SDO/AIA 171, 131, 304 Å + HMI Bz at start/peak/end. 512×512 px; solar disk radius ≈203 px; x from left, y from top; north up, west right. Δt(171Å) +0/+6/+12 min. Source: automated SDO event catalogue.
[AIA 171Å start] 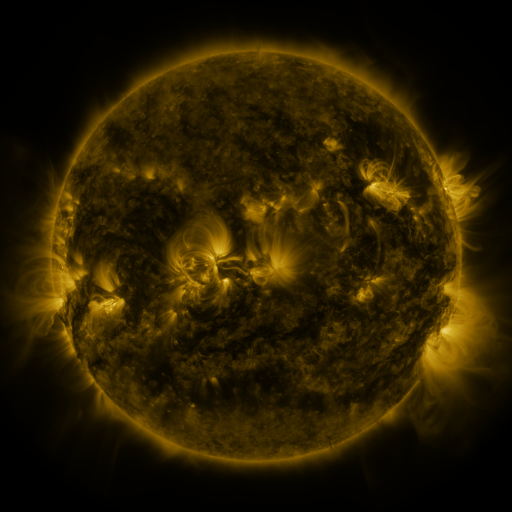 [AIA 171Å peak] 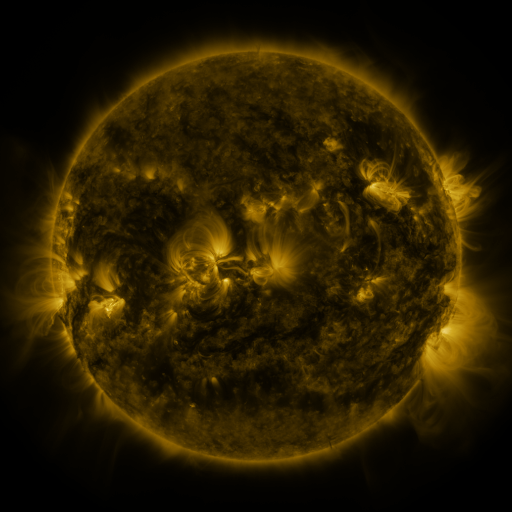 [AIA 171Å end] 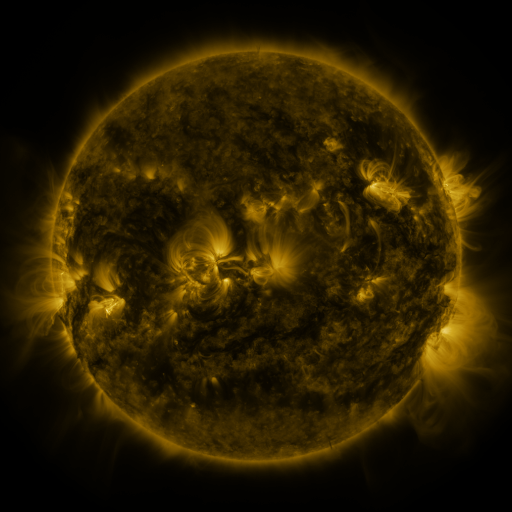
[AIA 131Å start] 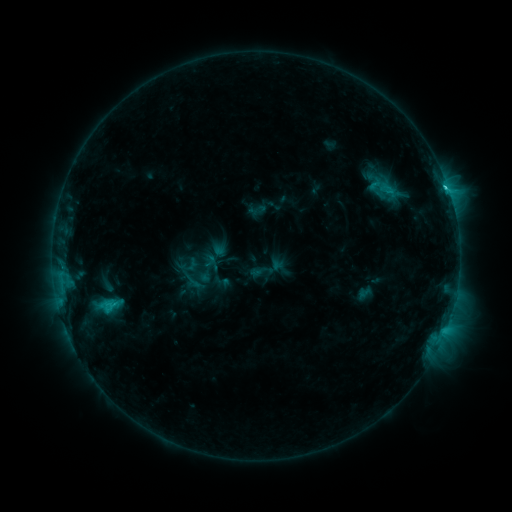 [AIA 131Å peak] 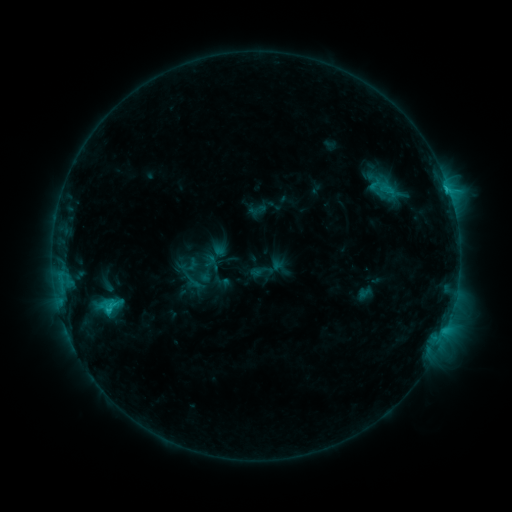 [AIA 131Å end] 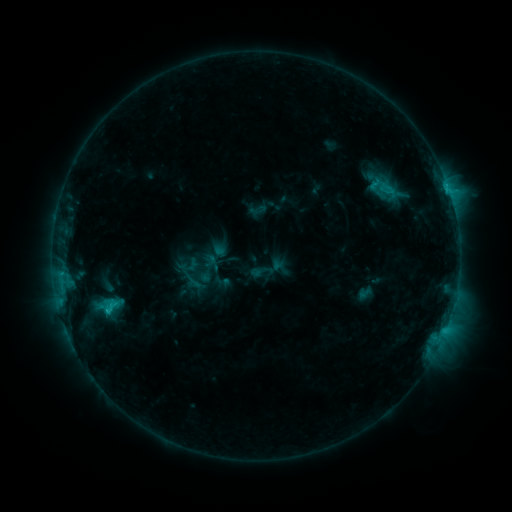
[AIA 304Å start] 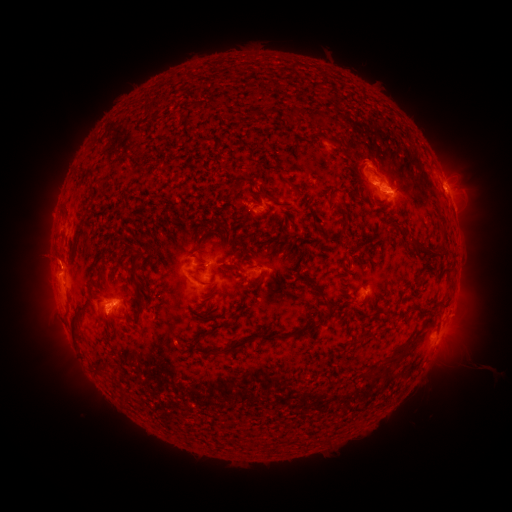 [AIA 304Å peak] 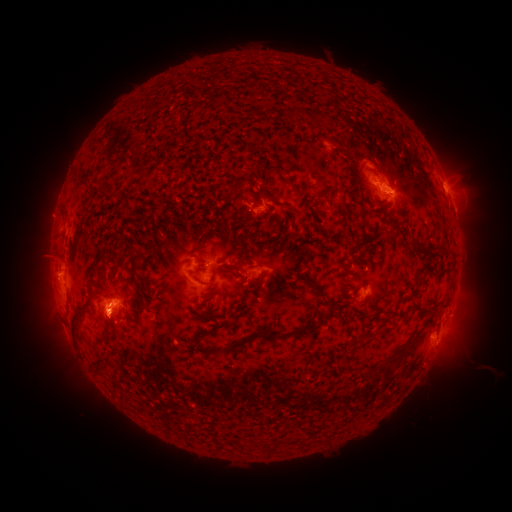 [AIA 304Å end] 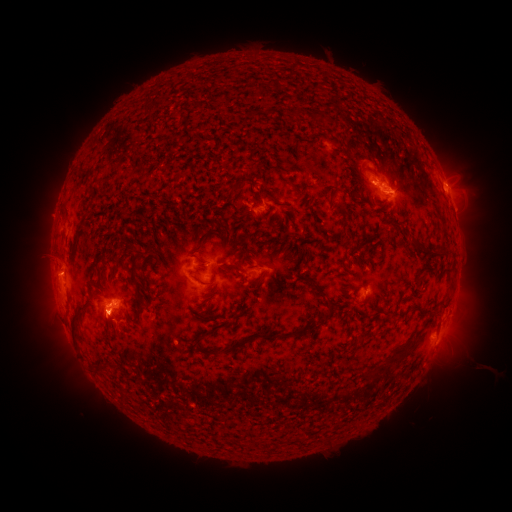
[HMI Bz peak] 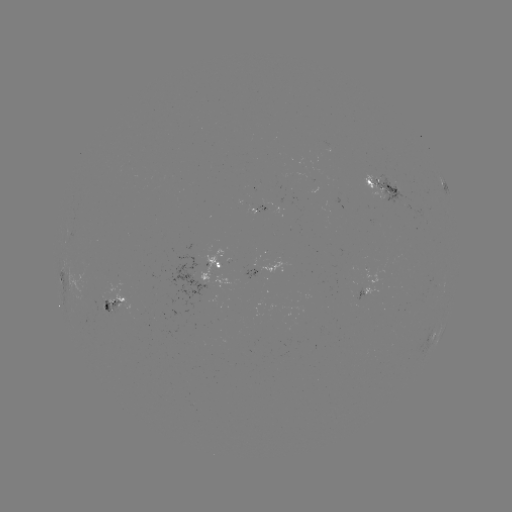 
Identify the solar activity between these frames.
eruption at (113, 328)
